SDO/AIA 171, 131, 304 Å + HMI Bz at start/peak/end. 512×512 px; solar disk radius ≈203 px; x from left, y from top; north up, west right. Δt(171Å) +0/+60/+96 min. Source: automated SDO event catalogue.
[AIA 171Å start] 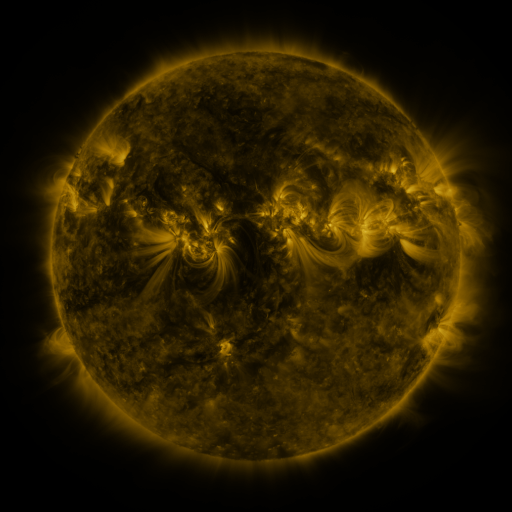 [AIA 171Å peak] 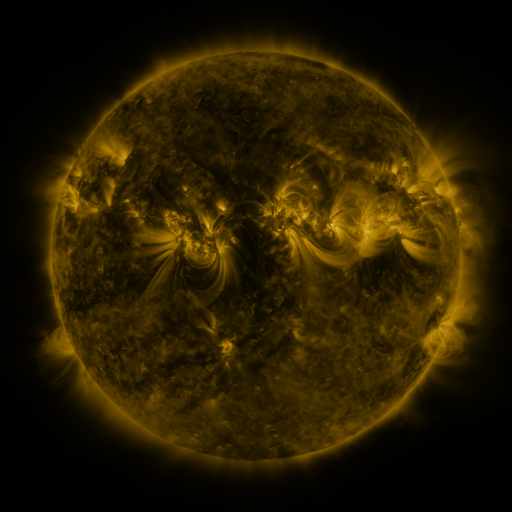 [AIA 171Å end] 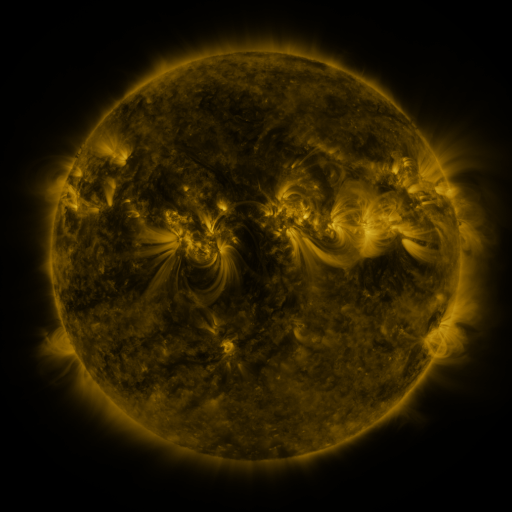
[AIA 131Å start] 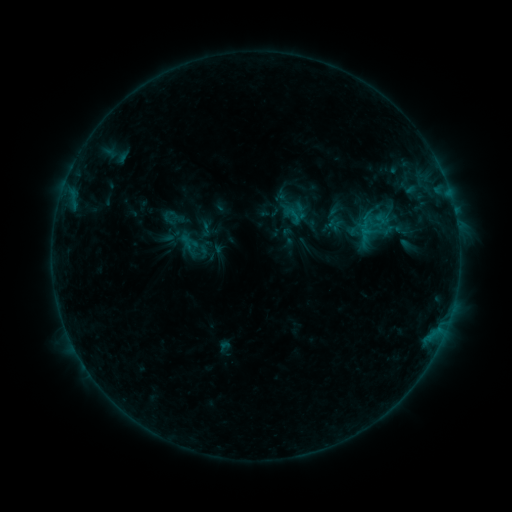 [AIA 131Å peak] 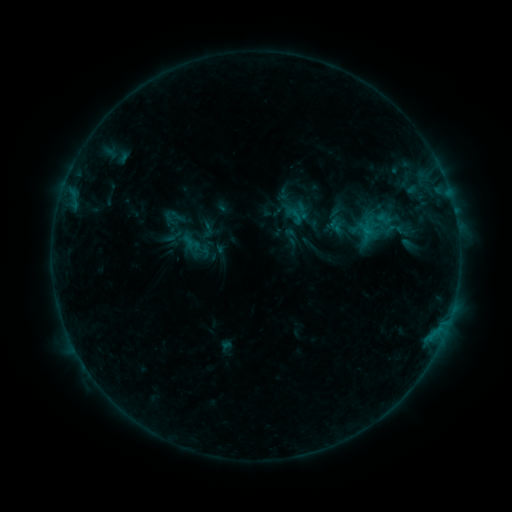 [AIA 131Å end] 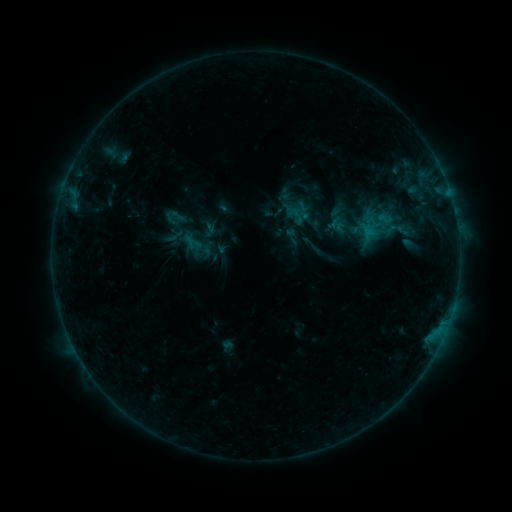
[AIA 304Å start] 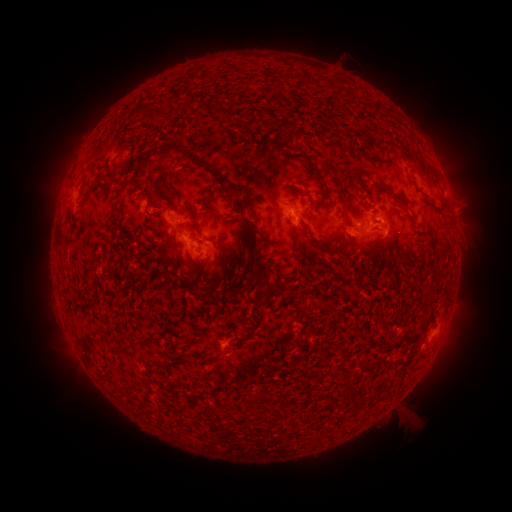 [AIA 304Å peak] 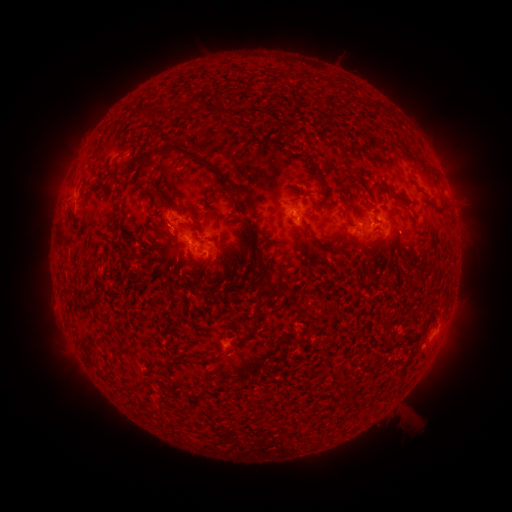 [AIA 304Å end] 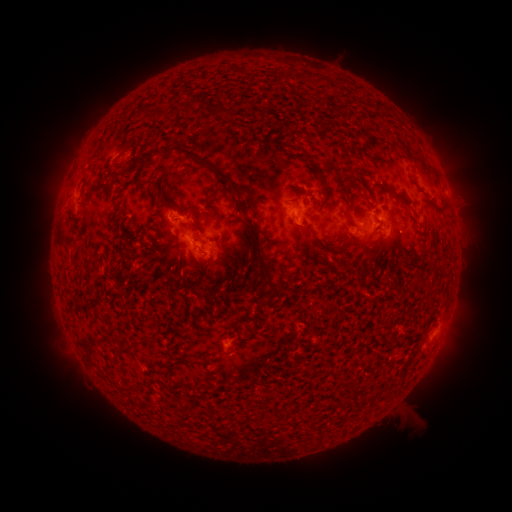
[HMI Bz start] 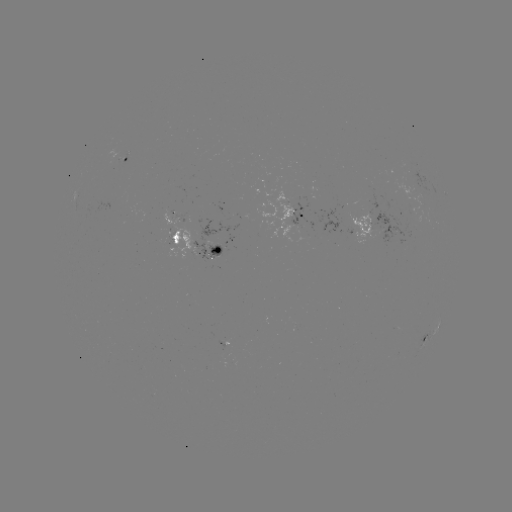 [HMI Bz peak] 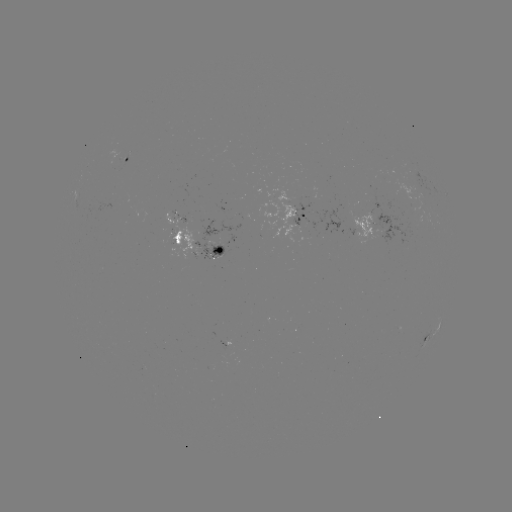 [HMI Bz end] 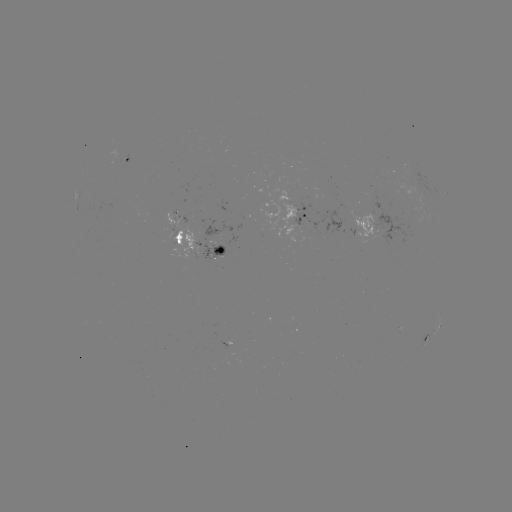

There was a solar emerging-flux region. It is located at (217, 254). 